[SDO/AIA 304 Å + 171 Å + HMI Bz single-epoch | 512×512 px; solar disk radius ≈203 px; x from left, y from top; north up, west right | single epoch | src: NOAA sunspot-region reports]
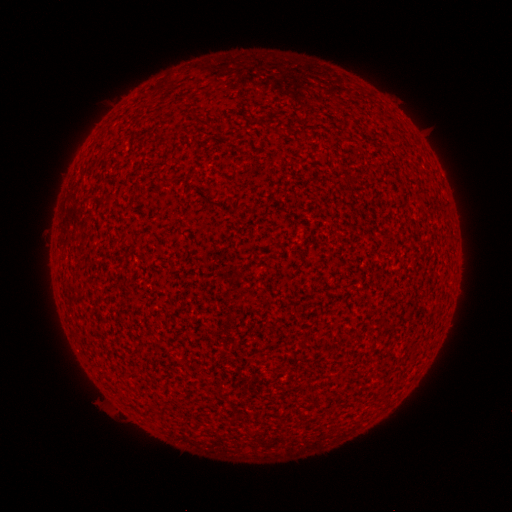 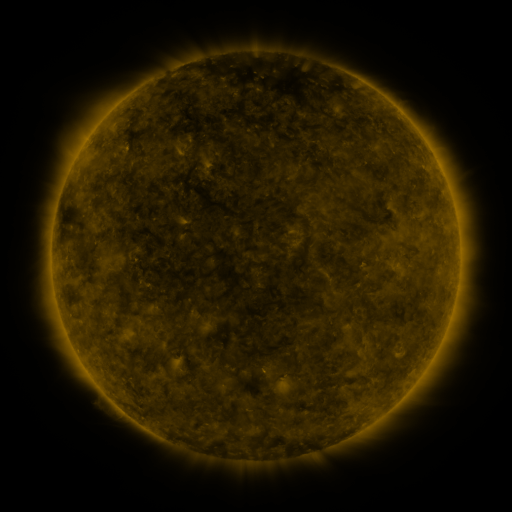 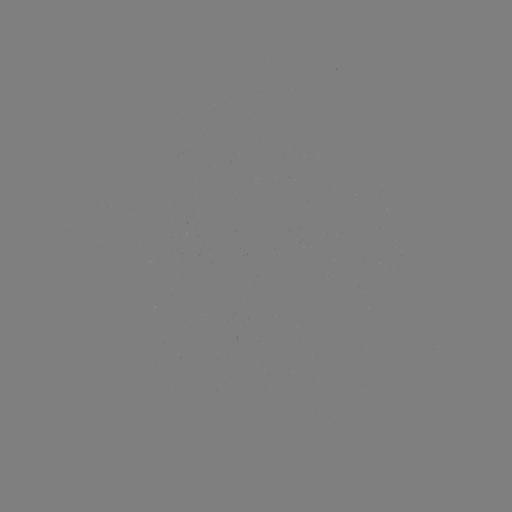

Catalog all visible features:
(none)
